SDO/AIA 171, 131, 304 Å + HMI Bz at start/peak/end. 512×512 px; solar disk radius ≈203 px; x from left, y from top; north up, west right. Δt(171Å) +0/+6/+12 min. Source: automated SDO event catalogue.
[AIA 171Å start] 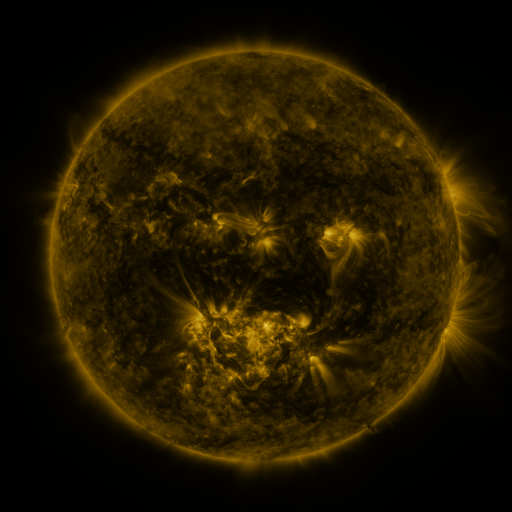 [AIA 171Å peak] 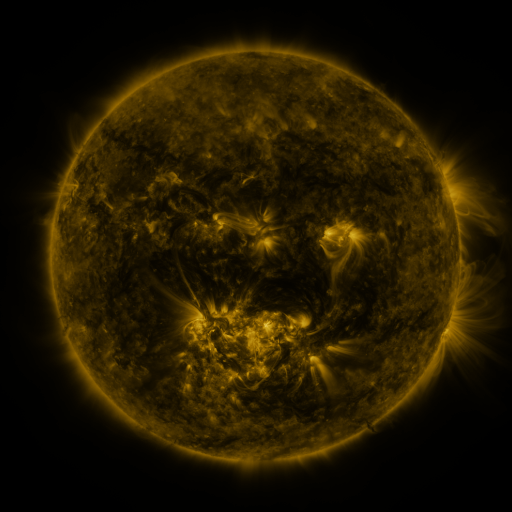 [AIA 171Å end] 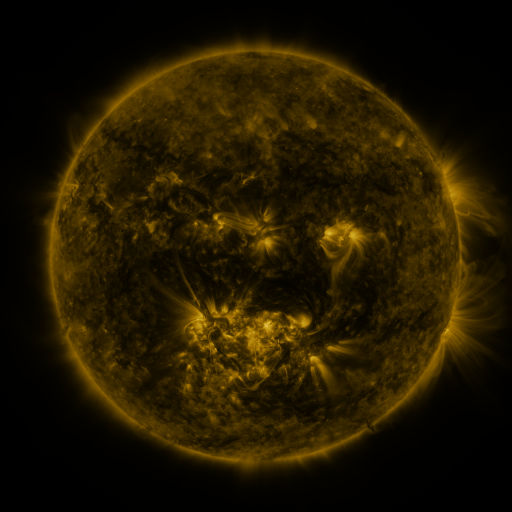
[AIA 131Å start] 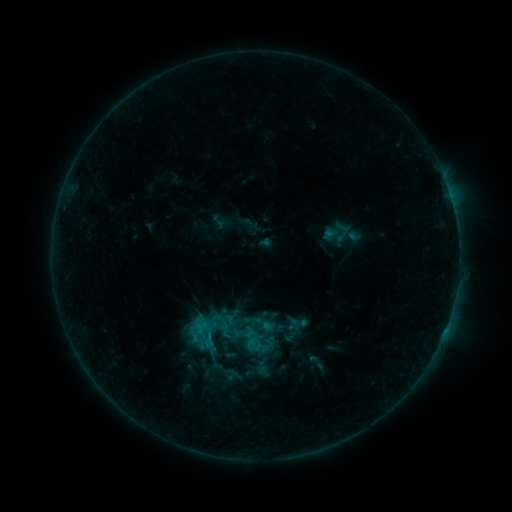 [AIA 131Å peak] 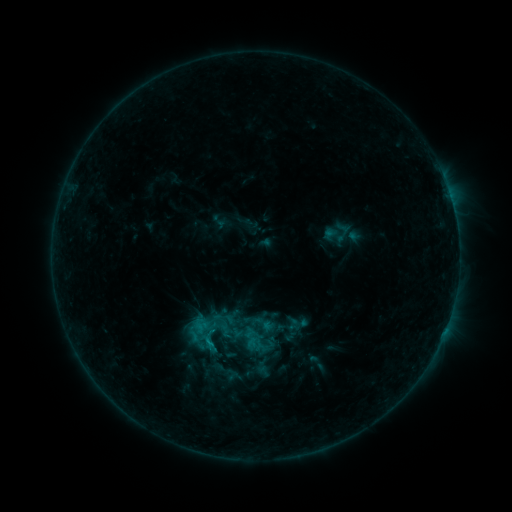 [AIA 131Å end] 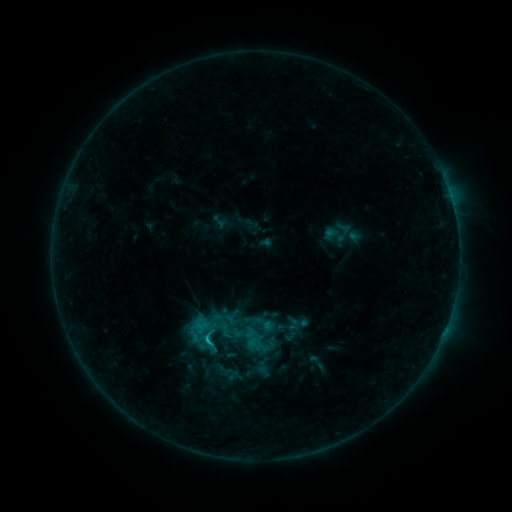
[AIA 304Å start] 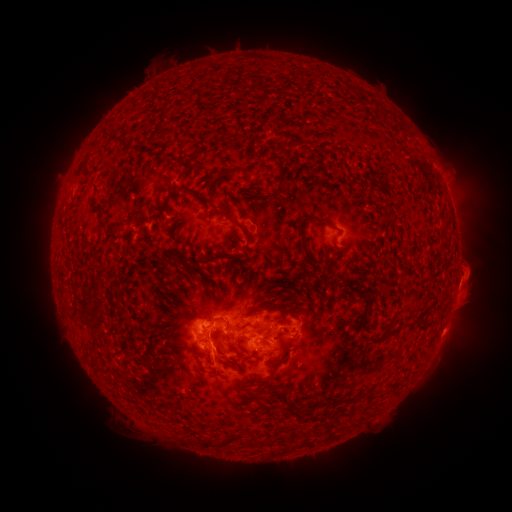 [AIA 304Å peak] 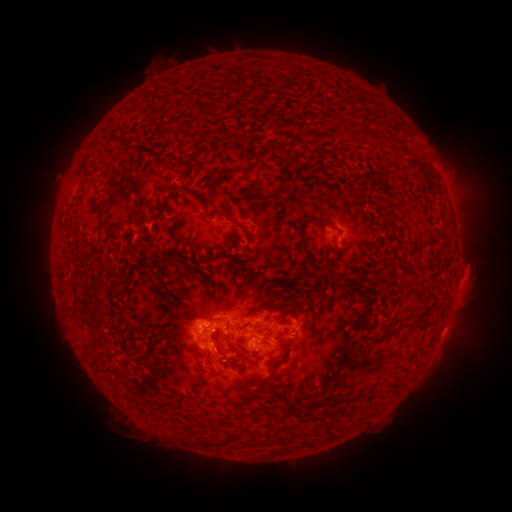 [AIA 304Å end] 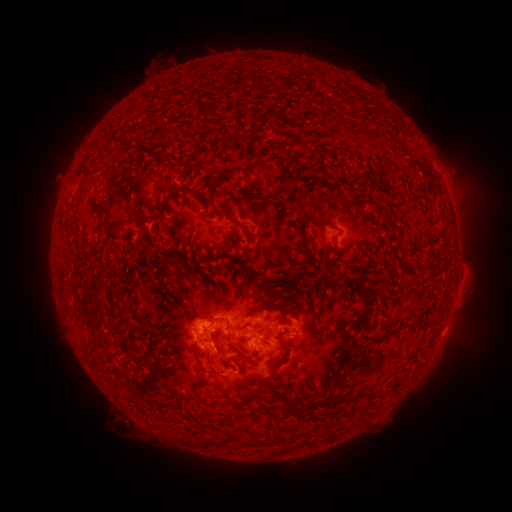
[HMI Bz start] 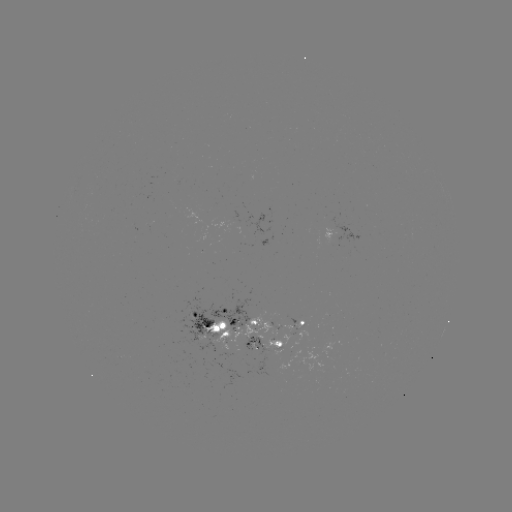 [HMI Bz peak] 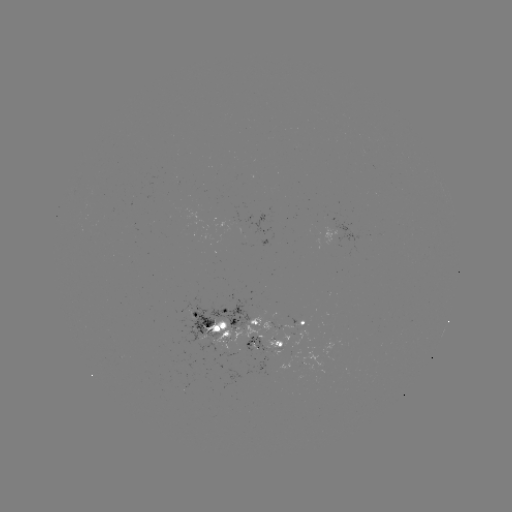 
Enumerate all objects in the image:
eruption: (228, 362)
